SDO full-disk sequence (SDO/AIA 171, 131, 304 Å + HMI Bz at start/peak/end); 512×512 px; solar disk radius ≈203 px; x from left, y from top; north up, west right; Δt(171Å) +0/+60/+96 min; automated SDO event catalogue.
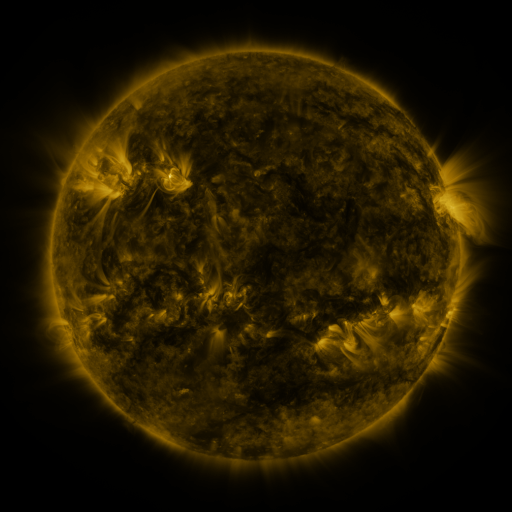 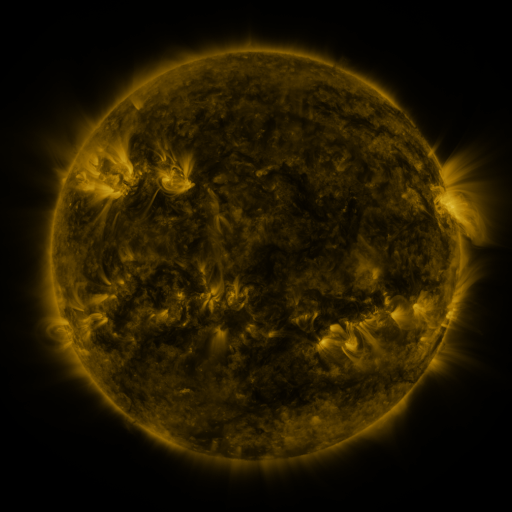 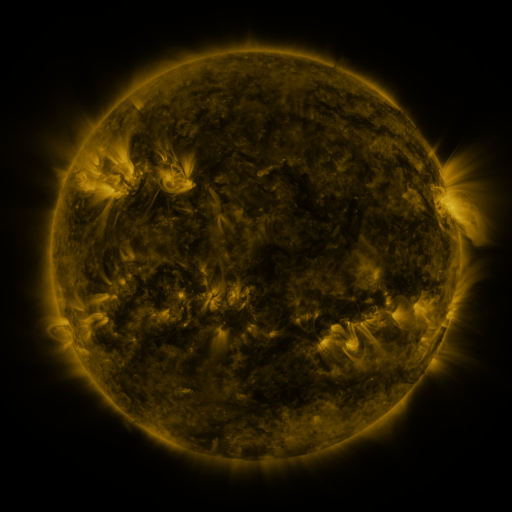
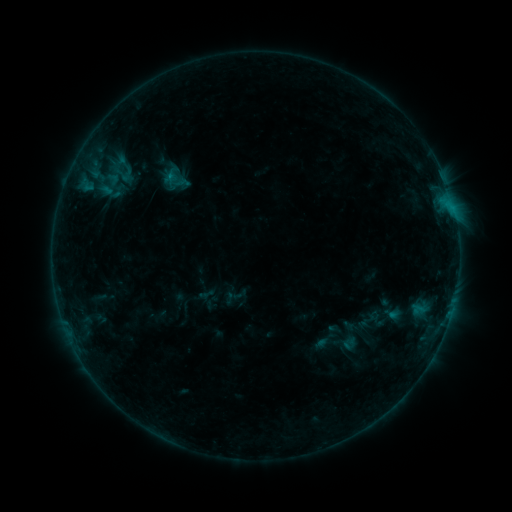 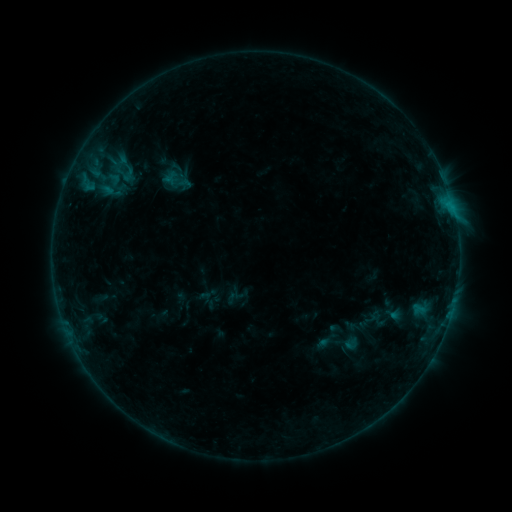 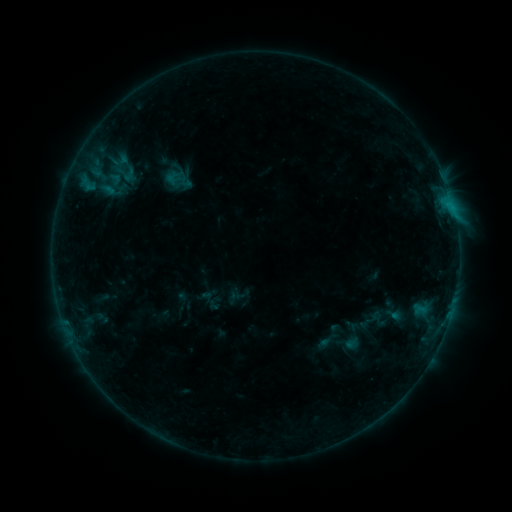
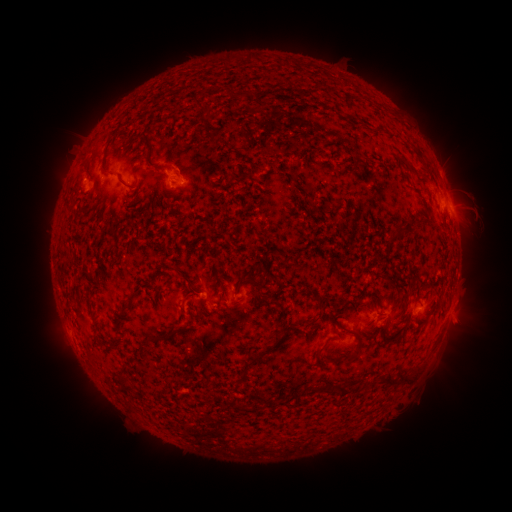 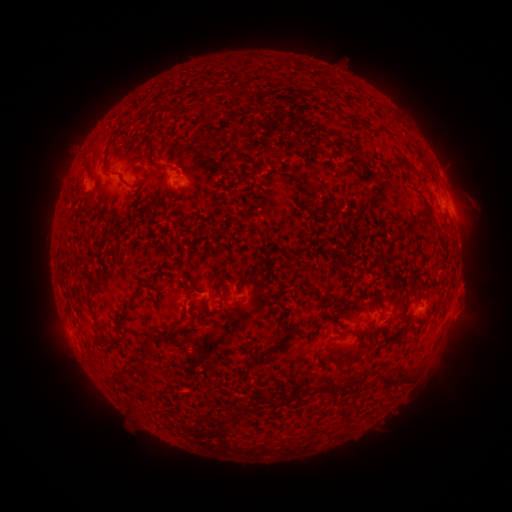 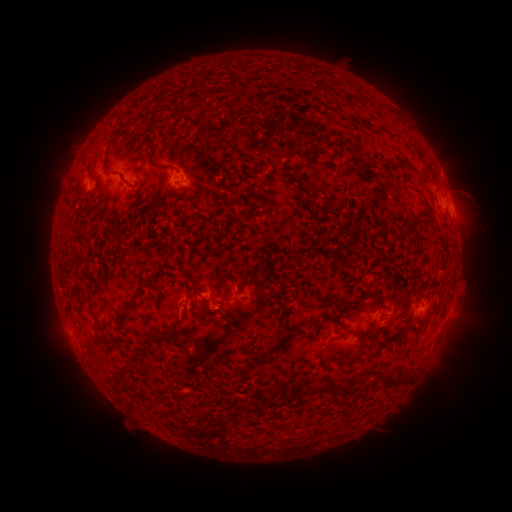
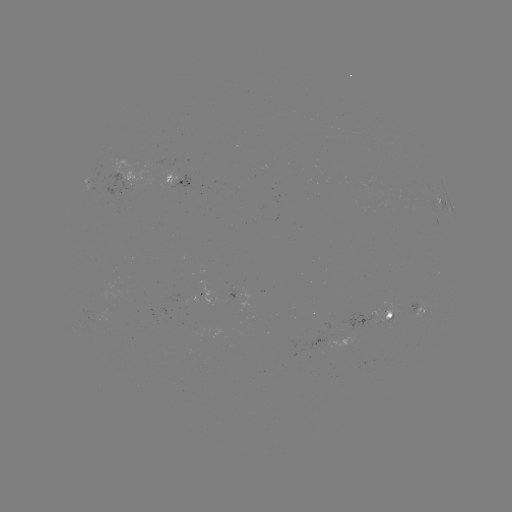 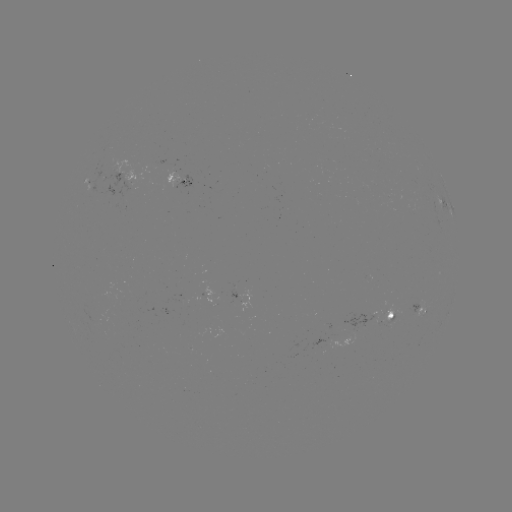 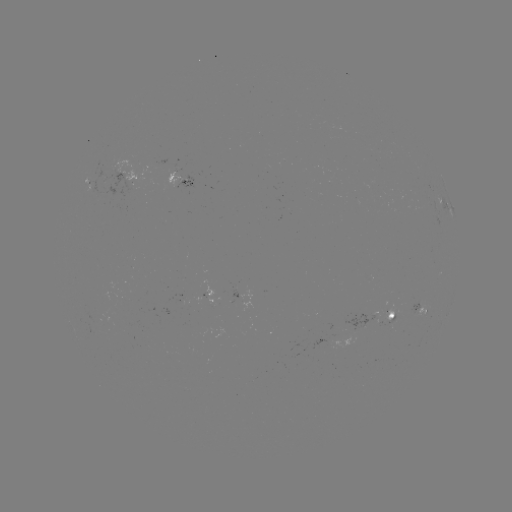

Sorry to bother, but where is emerging-flux region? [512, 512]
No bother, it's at (413, 211).